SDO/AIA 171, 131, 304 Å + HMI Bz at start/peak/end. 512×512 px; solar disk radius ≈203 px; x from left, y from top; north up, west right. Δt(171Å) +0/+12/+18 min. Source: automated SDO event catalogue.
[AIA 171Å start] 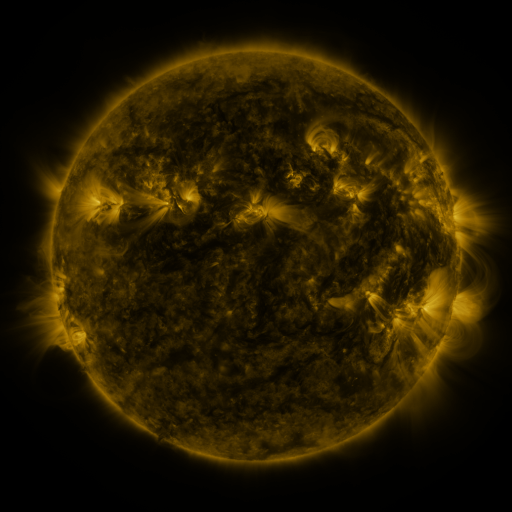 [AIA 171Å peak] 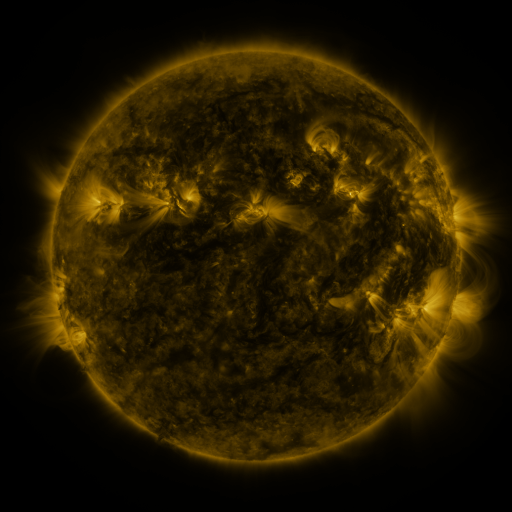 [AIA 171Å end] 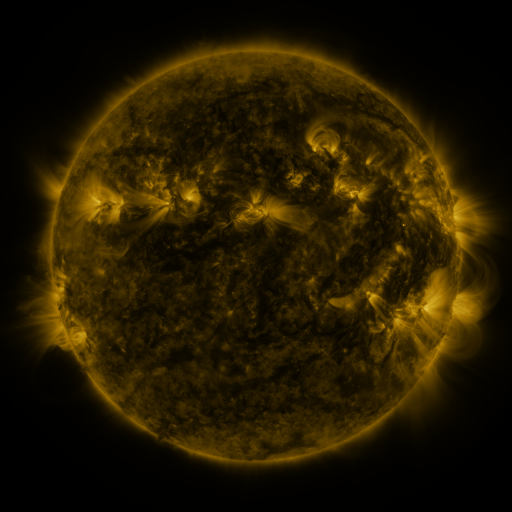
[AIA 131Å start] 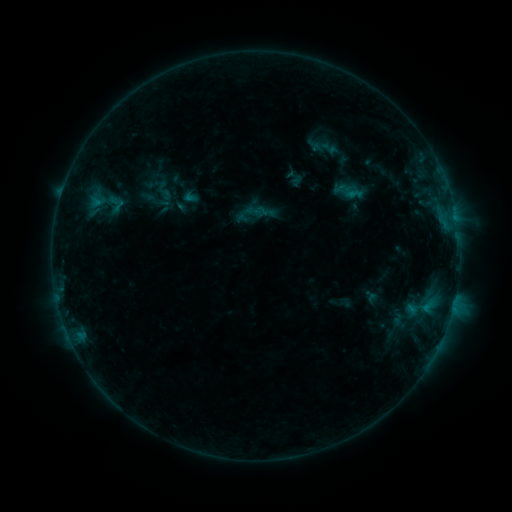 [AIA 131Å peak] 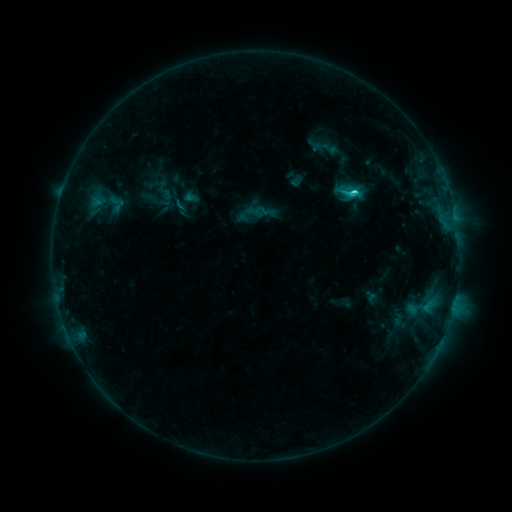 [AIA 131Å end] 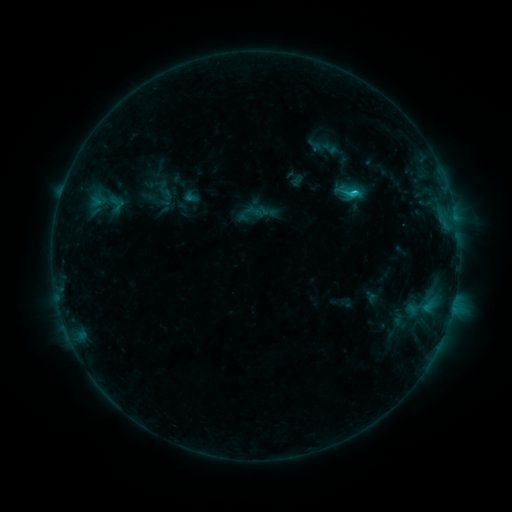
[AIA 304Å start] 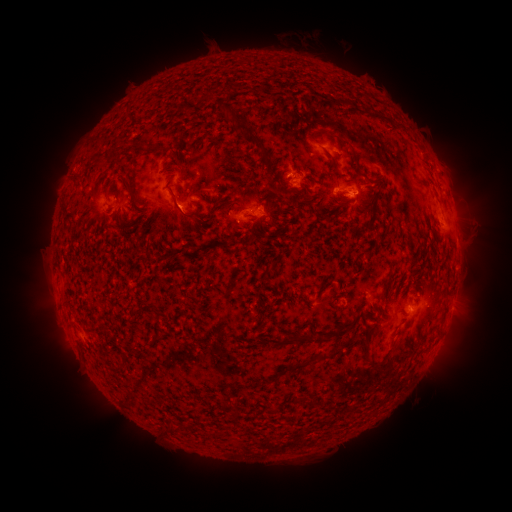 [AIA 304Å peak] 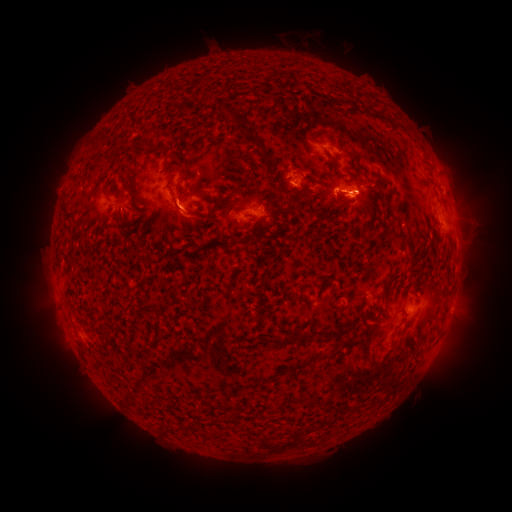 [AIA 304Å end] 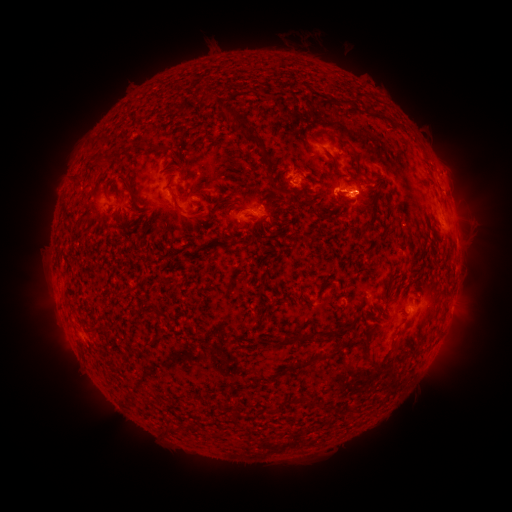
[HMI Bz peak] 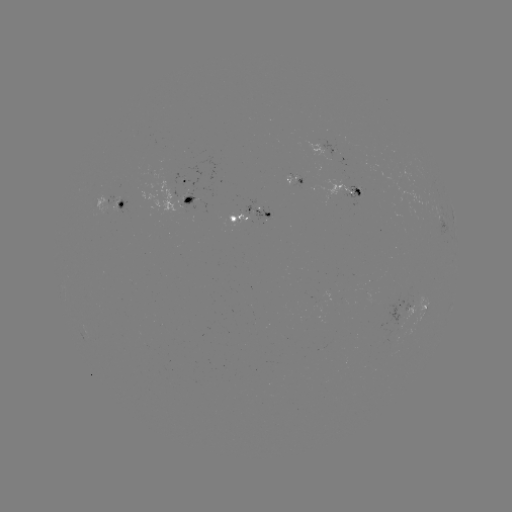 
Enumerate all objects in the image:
C2.1 flare: (349, 195)
